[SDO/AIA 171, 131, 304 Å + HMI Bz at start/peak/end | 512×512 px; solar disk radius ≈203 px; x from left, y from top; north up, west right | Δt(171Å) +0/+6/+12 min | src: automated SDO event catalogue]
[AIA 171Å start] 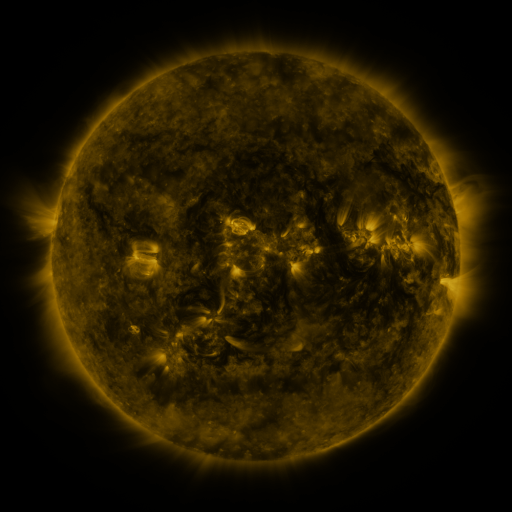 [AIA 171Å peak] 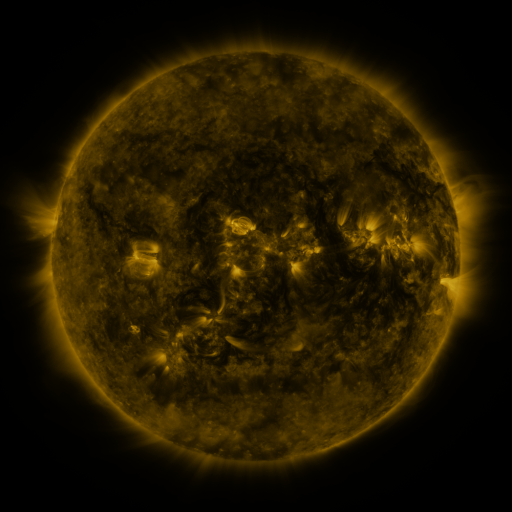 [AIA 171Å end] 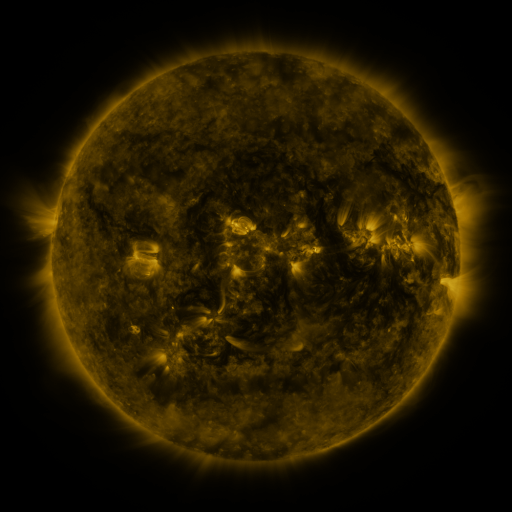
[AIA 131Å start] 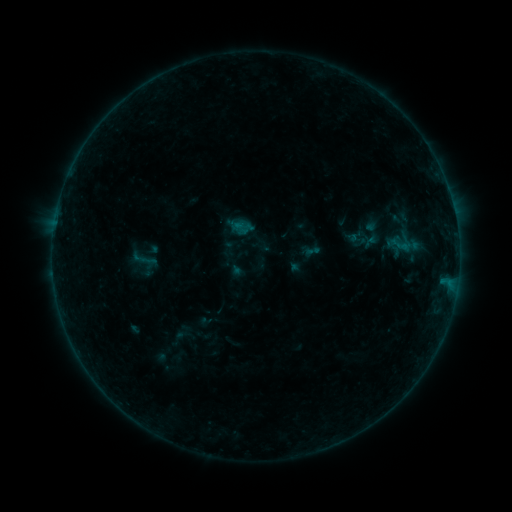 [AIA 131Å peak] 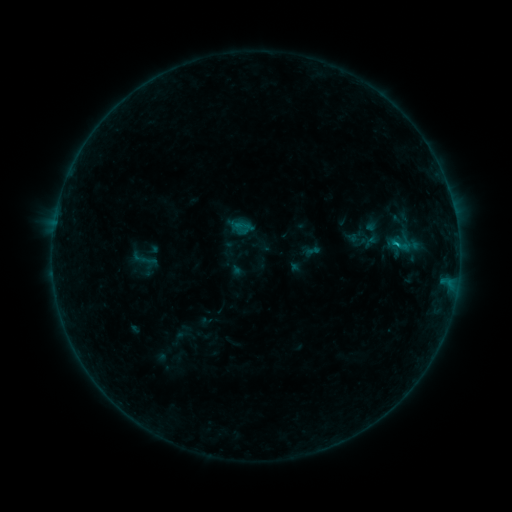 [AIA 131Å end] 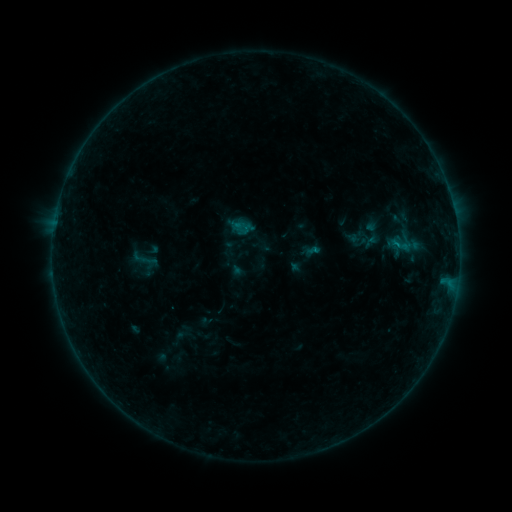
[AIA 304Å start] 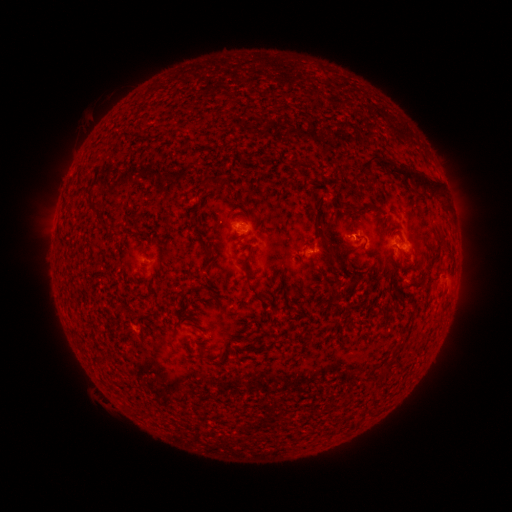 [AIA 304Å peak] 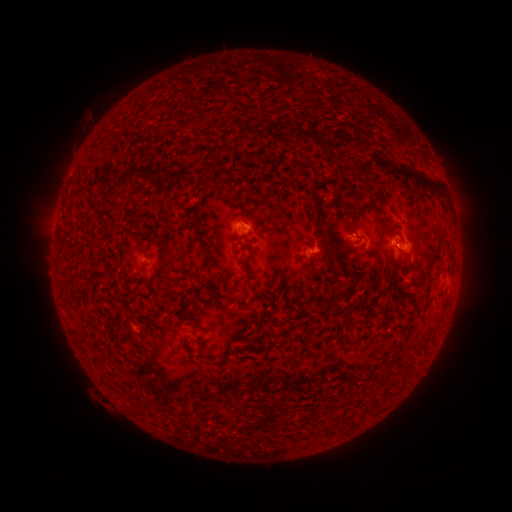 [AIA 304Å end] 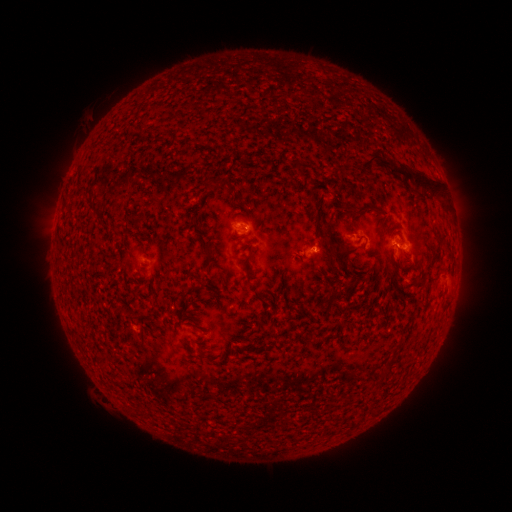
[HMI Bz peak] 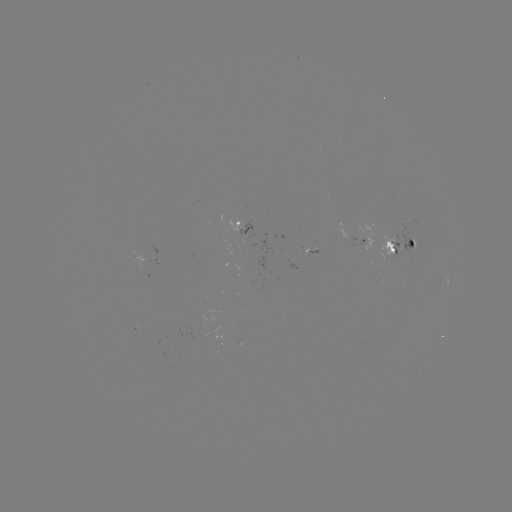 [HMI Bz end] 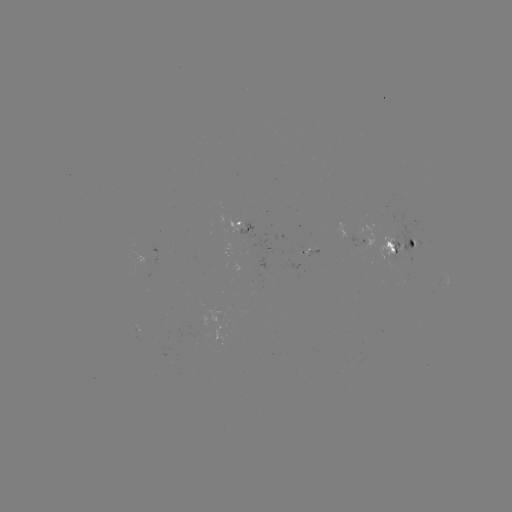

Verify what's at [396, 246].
B3.6 flare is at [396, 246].